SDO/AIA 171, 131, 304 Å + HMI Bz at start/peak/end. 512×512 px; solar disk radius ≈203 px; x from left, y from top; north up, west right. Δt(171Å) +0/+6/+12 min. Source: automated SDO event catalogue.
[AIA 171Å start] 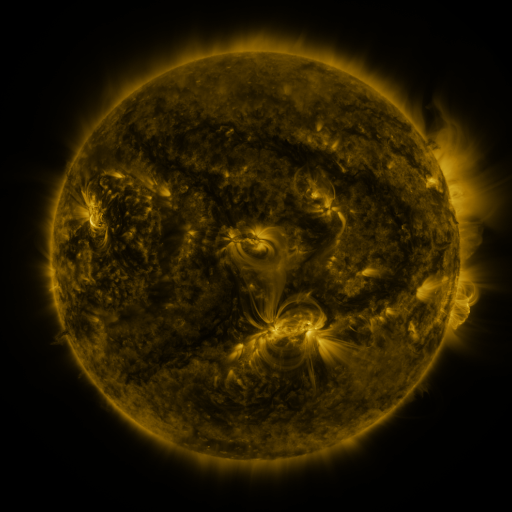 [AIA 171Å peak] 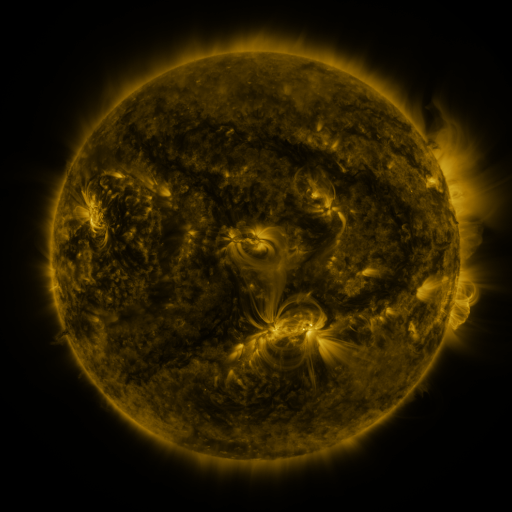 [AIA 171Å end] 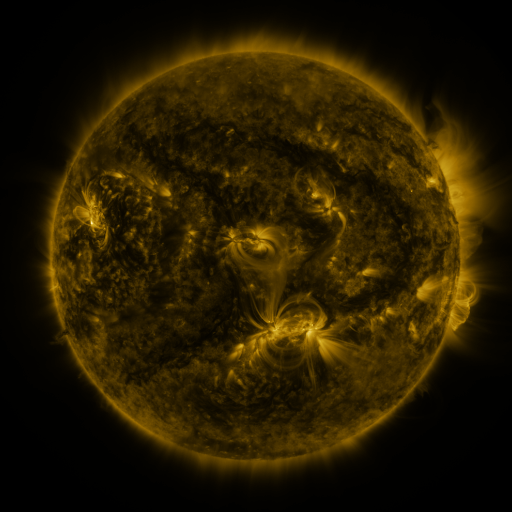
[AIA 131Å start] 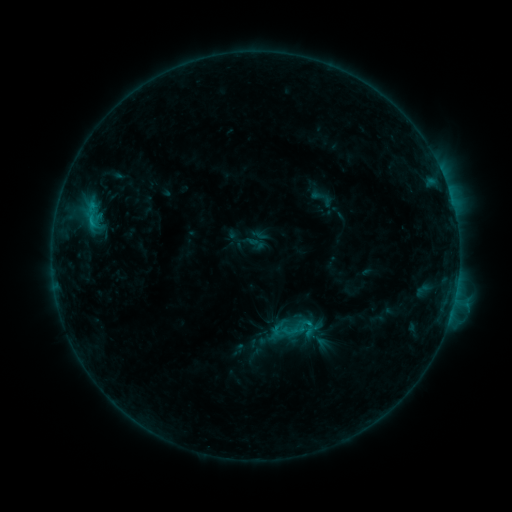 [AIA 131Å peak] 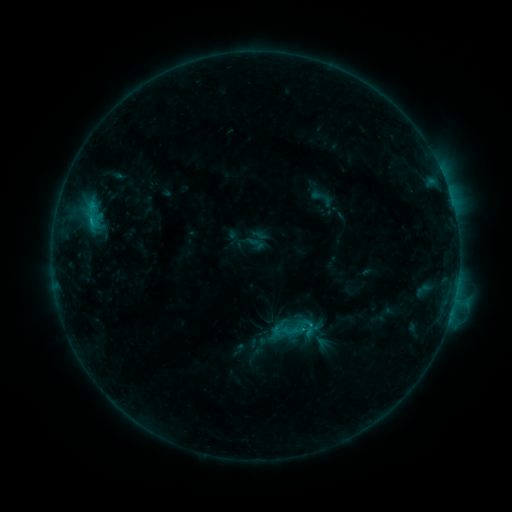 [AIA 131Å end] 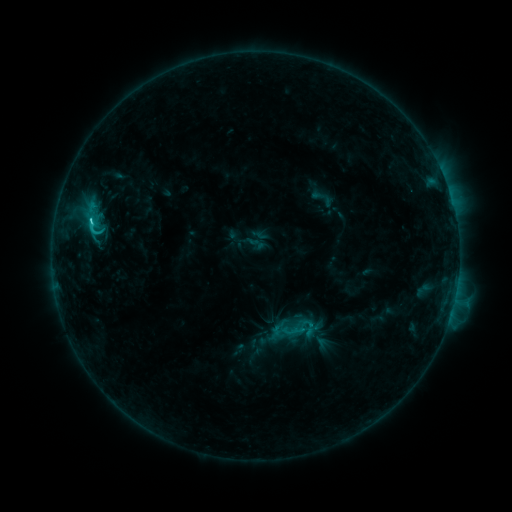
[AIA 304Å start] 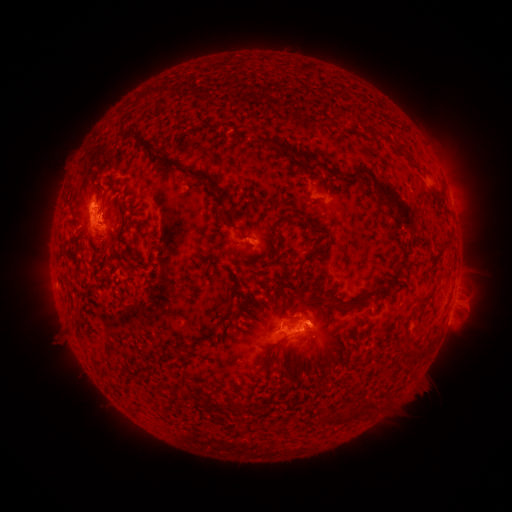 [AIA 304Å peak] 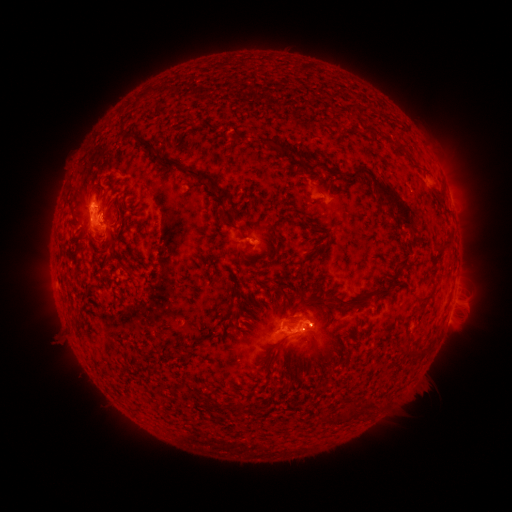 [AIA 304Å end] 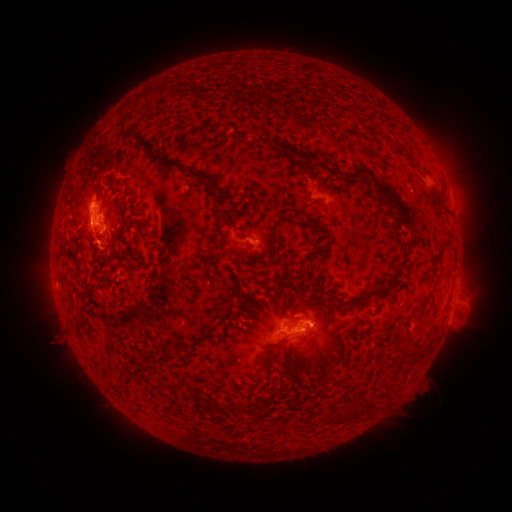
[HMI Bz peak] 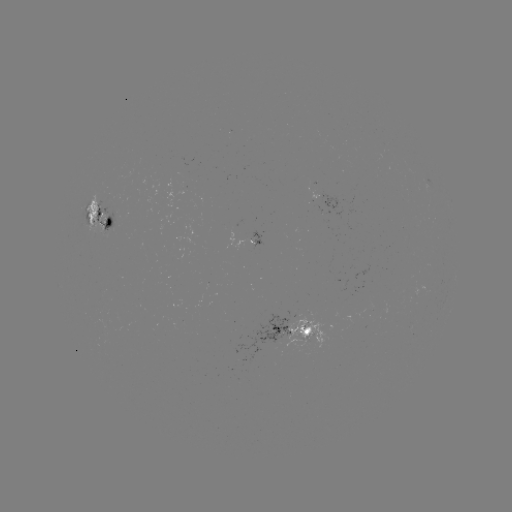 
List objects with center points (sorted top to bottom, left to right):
C2.8 flare: (91, 223)
